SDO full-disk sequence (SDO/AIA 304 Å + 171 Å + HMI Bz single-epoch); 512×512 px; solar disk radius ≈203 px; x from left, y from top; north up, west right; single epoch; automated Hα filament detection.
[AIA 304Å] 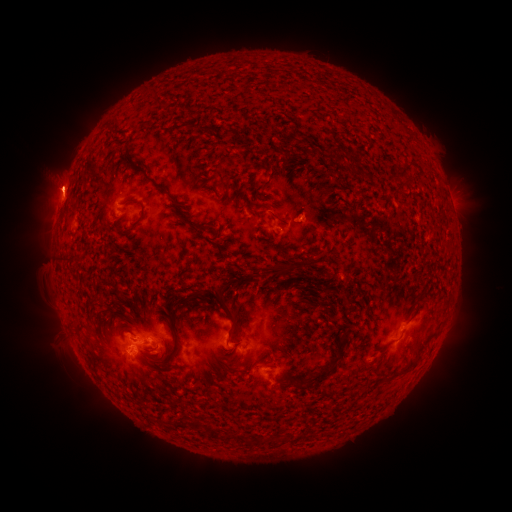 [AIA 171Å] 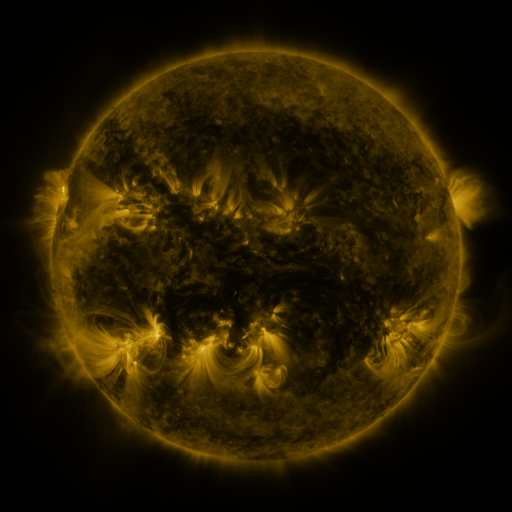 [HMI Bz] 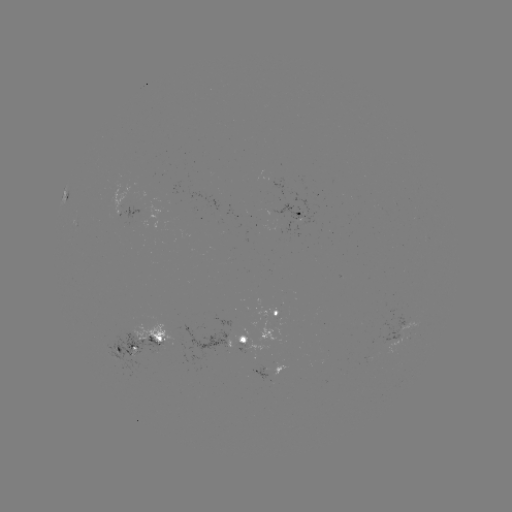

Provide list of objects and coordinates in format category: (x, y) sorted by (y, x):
filament: (215, 132)
filament: (308, 152)
filament: (334, 160)
filament: (402, 170)
filament: (151, 182)
filament: (129, 202)
filament: (220, 247)
filament: (281, 268)
filament: (220, 298)
filament: (178, 343)
filament: (170, 366)
filament: (409, 367)
filament: (319, 377)
filament: (199, 425)
filament: (215, 433)
filament: (245, 439)
